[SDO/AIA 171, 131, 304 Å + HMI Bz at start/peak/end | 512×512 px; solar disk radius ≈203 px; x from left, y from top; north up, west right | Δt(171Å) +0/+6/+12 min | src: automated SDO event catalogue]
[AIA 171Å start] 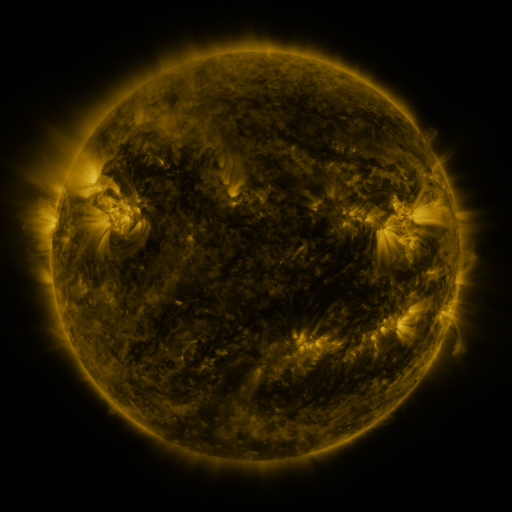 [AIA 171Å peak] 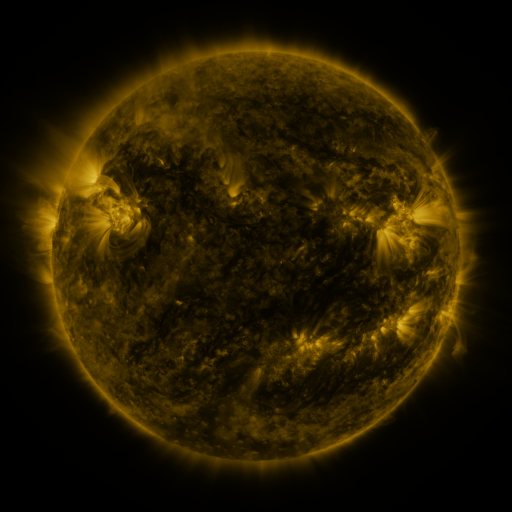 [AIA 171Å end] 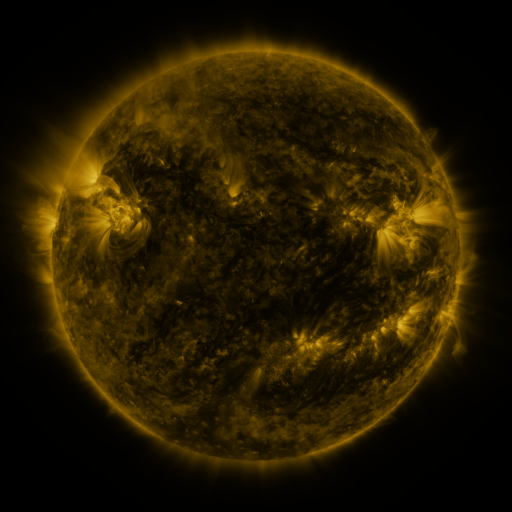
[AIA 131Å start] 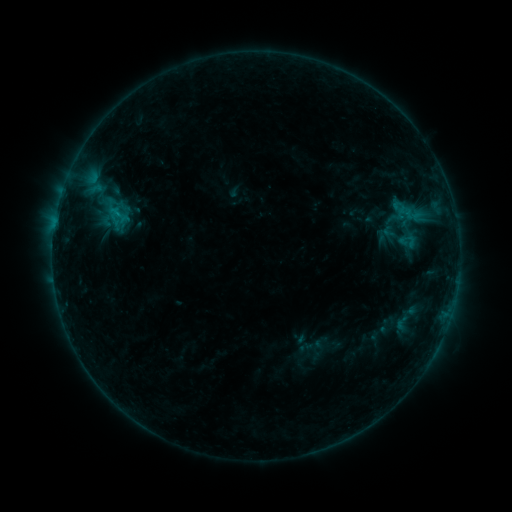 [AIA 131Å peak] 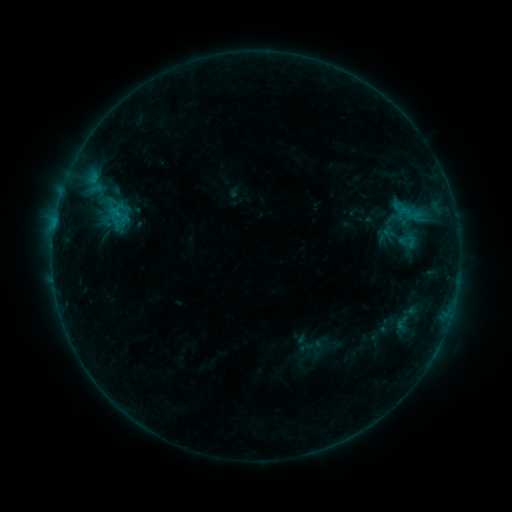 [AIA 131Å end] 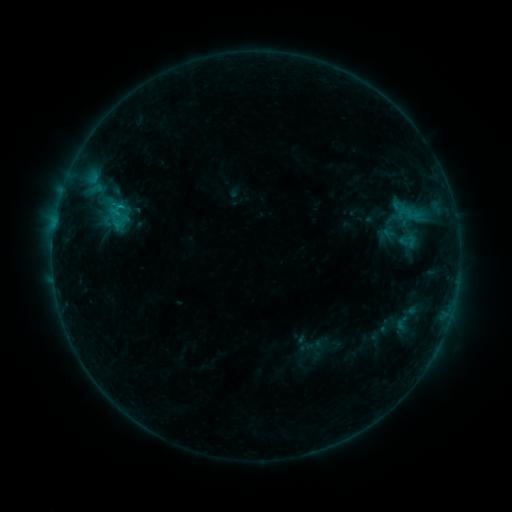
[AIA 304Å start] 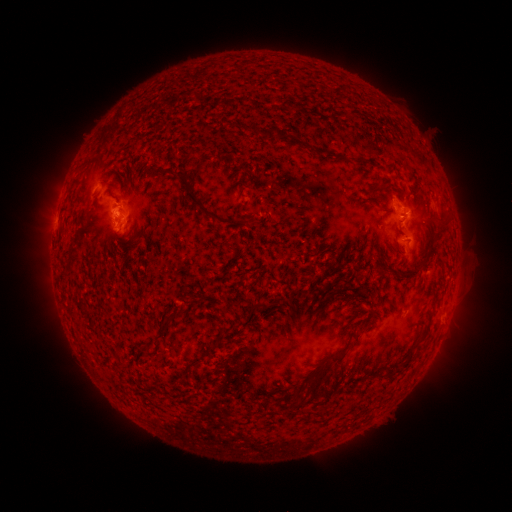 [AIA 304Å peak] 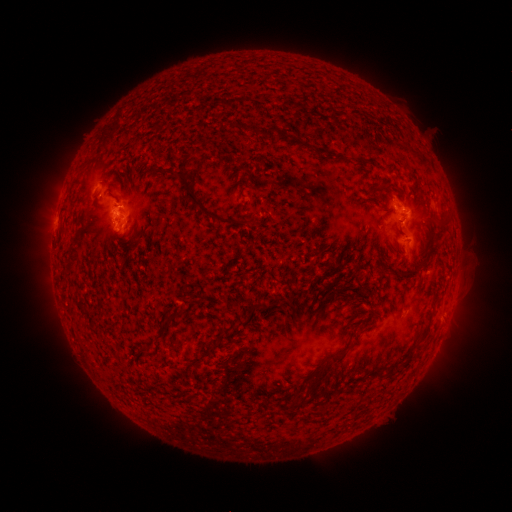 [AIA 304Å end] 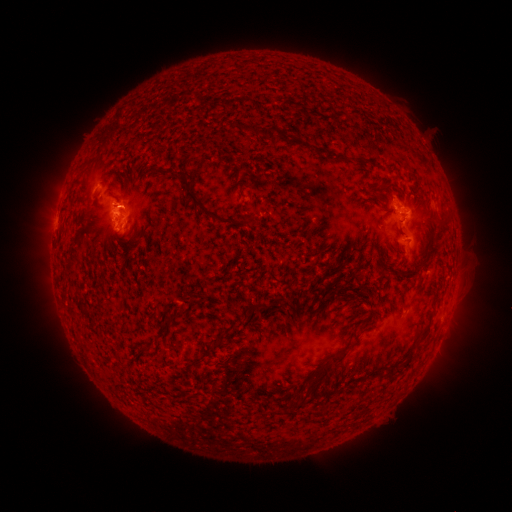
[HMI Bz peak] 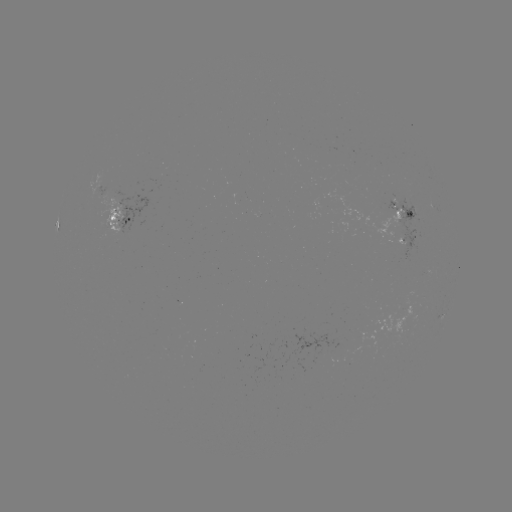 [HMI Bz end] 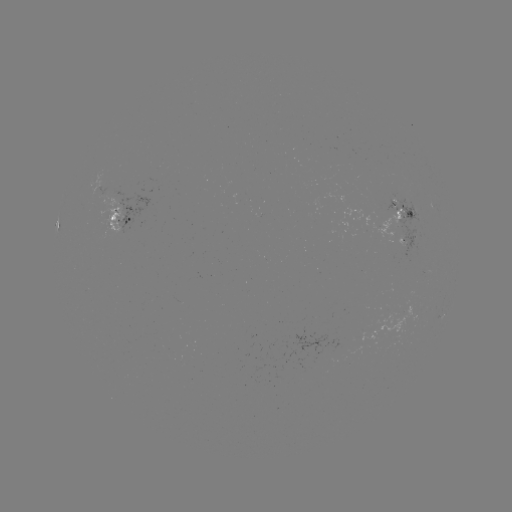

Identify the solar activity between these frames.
B7.3 flare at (121, 208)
